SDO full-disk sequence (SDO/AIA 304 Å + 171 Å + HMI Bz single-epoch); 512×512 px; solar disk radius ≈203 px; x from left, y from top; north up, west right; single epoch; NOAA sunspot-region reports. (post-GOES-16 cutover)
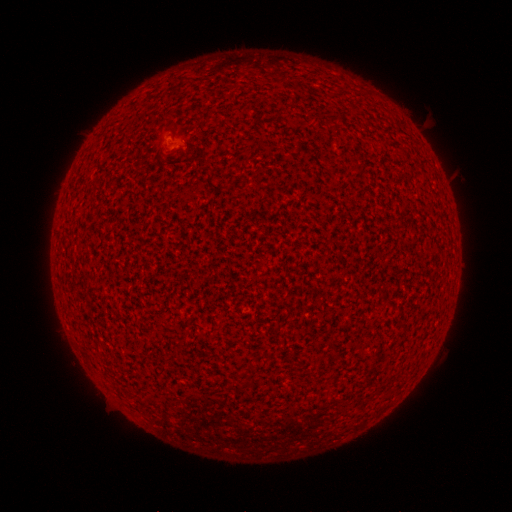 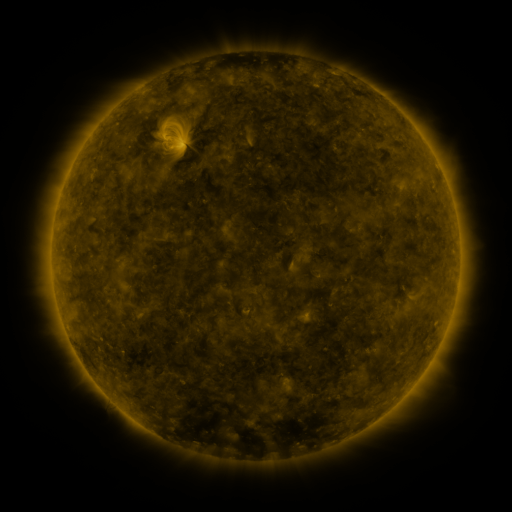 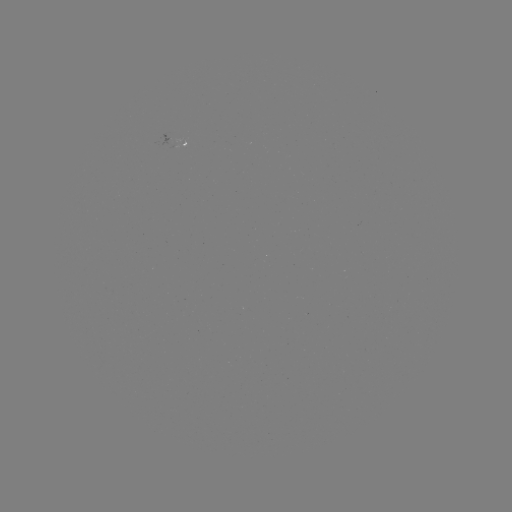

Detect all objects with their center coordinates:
spotted active region: (188, 142)
